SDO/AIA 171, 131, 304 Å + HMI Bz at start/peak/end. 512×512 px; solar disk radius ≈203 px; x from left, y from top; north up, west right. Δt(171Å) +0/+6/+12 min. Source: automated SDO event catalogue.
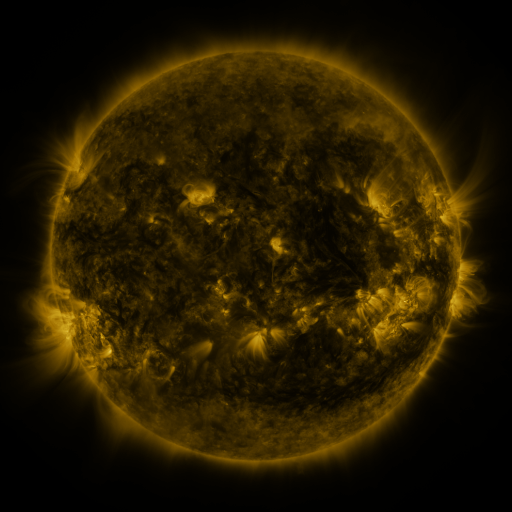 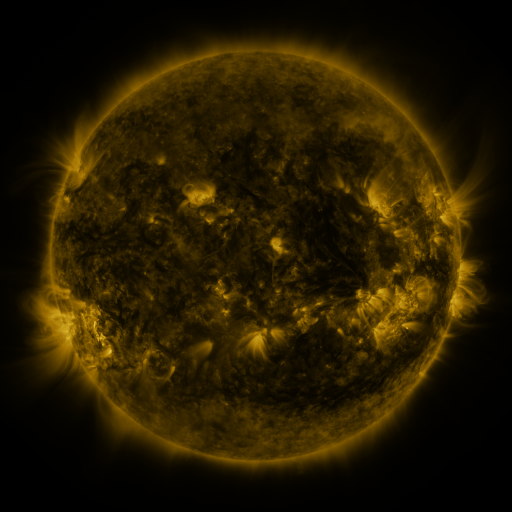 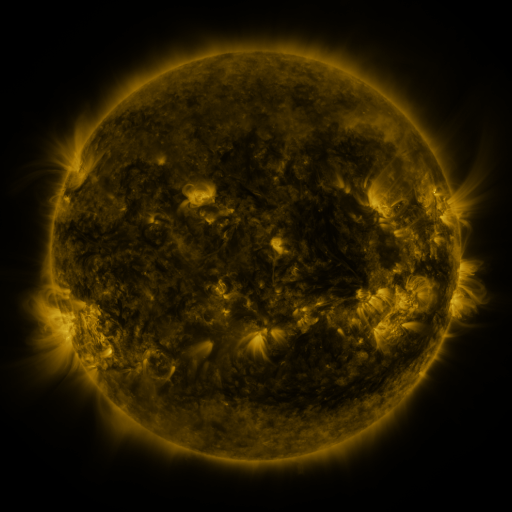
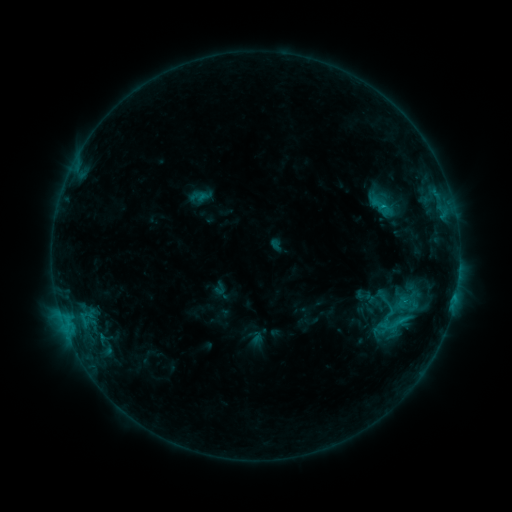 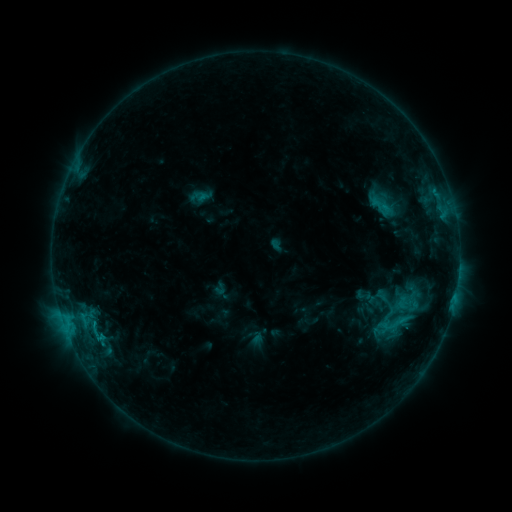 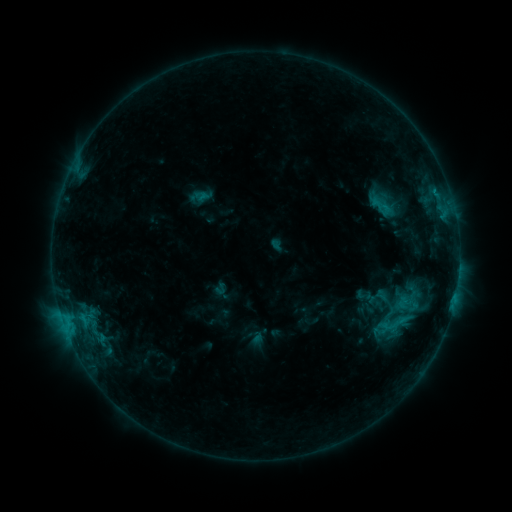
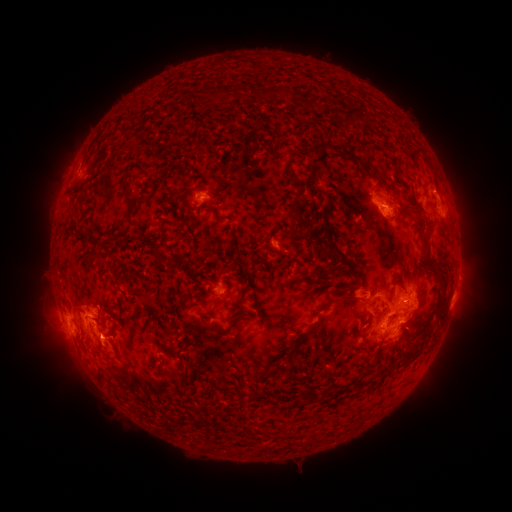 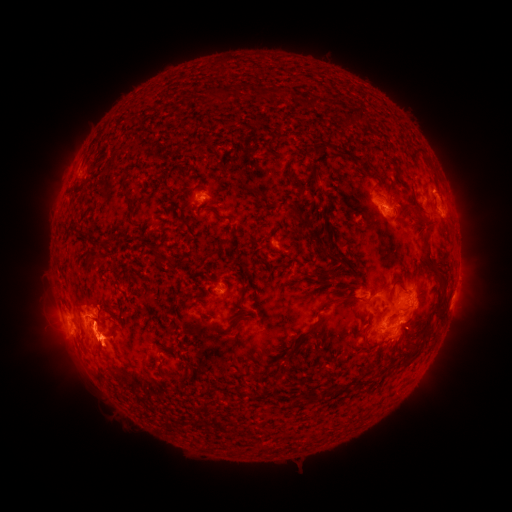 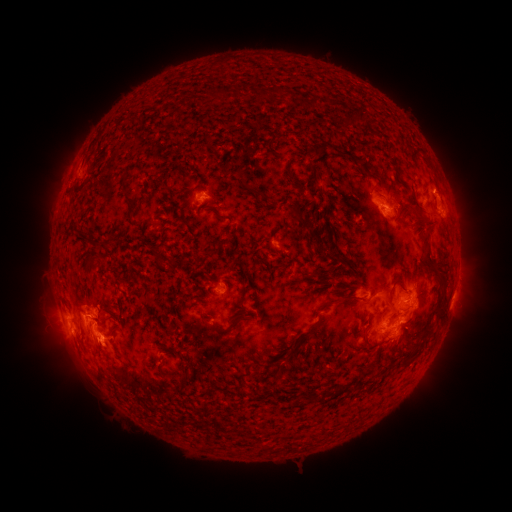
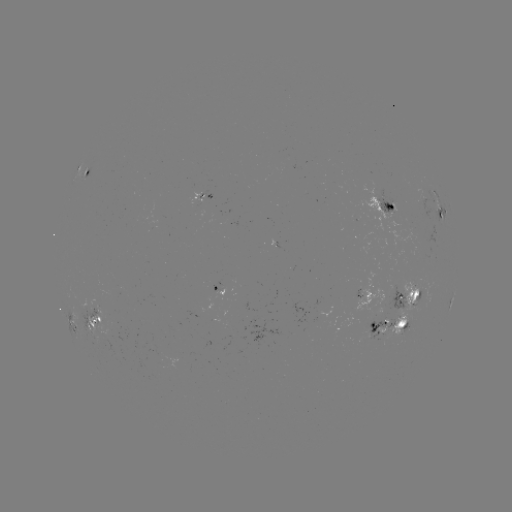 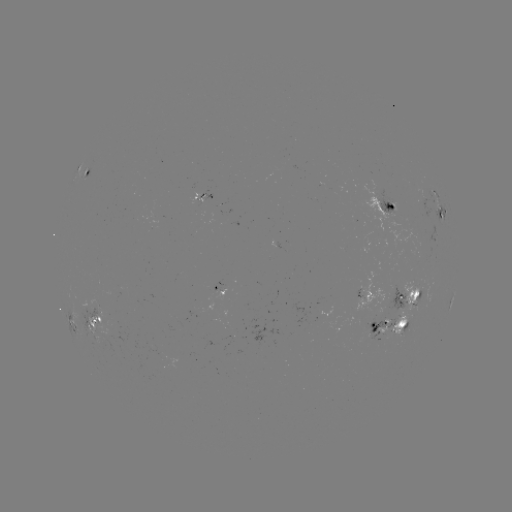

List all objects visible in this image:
eruption: (100, 346)
